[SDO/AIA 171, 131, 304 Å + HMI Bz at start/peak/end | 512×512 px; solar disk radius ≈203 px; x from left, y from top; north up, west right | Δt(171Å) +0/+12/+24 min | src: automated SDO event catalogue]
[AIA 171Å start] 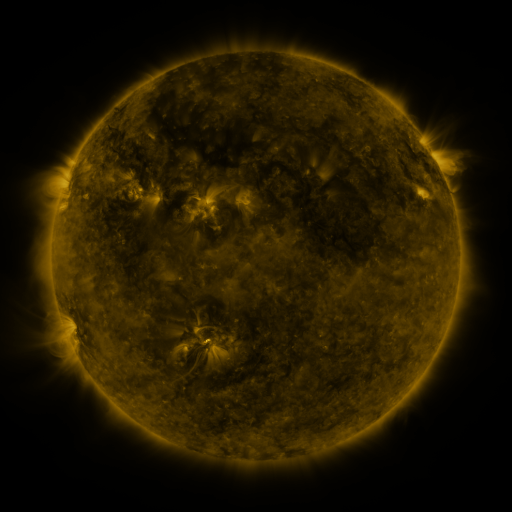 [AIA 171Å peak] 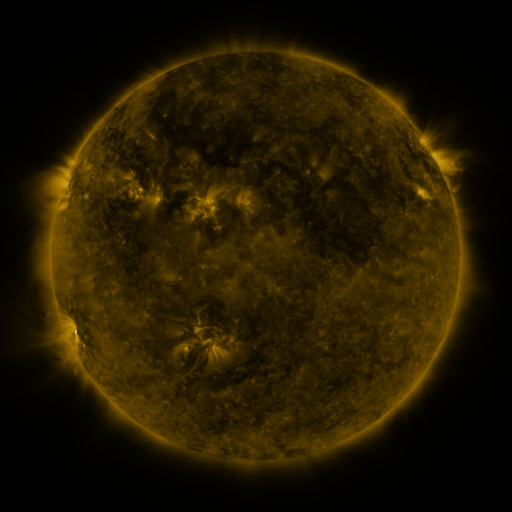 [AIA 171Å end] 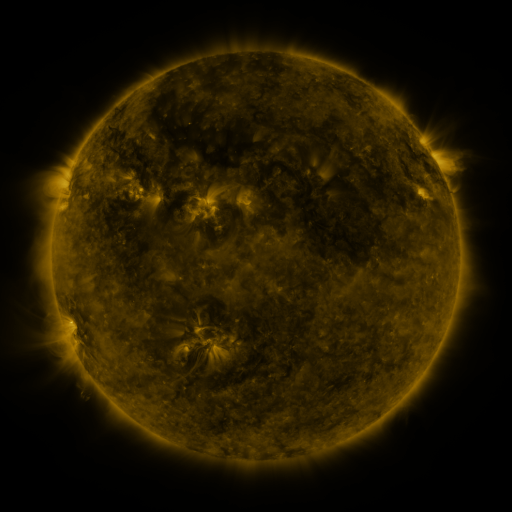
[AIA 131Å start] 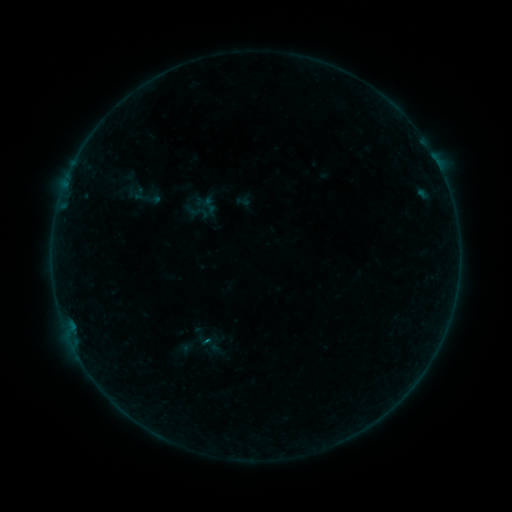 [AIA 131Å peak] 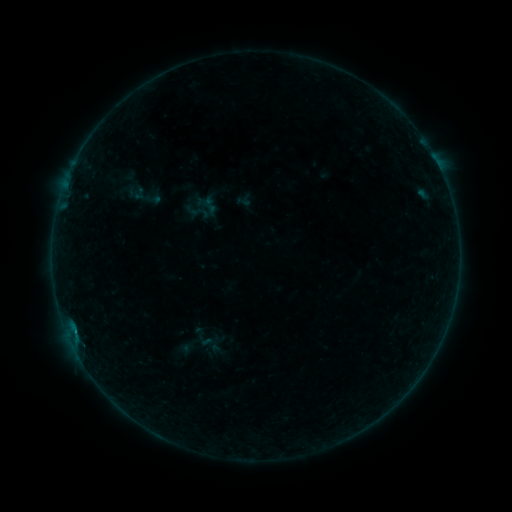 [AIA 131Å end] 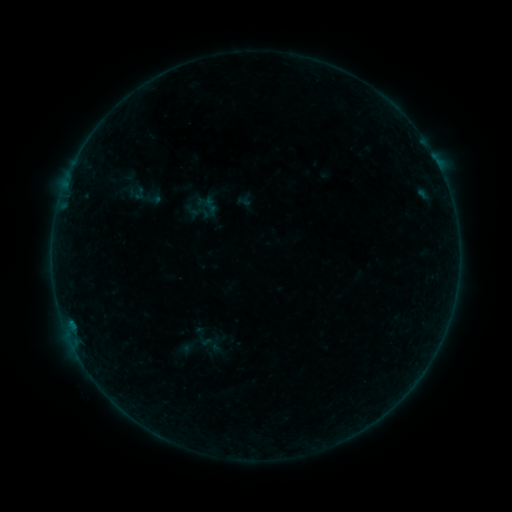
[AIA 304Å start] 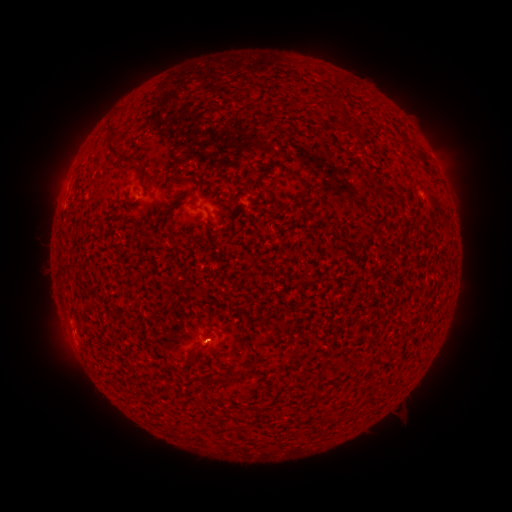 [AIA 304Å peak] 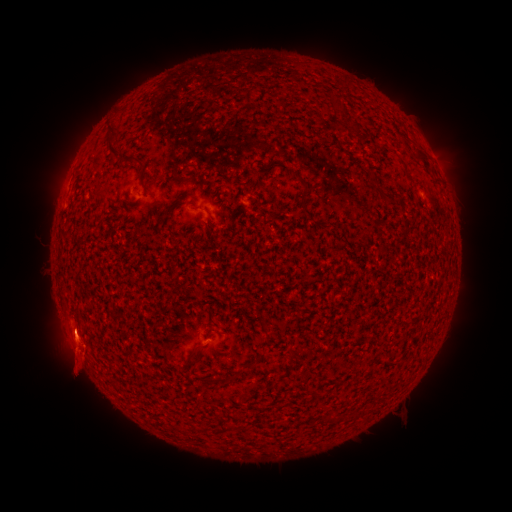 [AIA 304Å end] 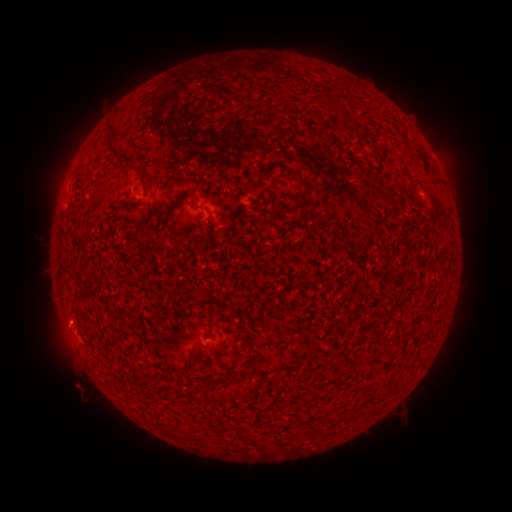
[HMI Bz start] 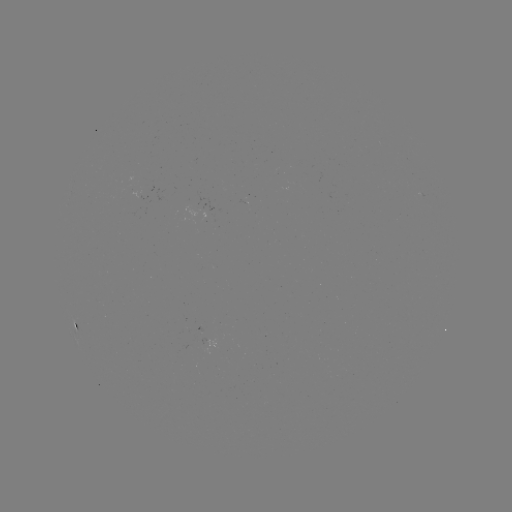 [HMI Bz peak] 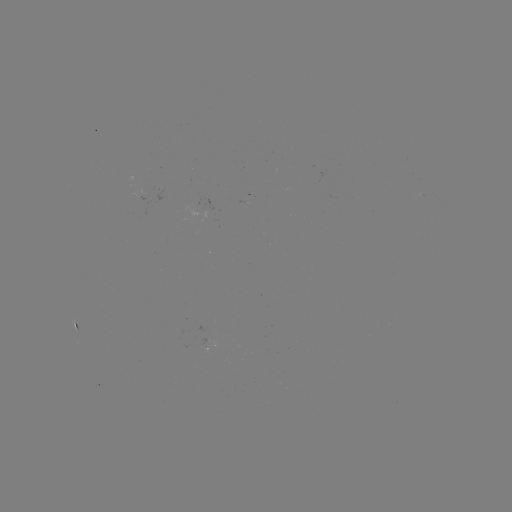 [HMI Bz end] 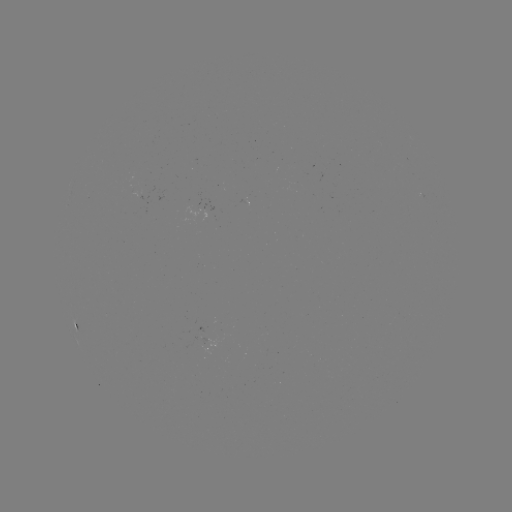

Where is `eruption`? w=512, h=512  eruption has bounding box [7, 292, 112, 427].